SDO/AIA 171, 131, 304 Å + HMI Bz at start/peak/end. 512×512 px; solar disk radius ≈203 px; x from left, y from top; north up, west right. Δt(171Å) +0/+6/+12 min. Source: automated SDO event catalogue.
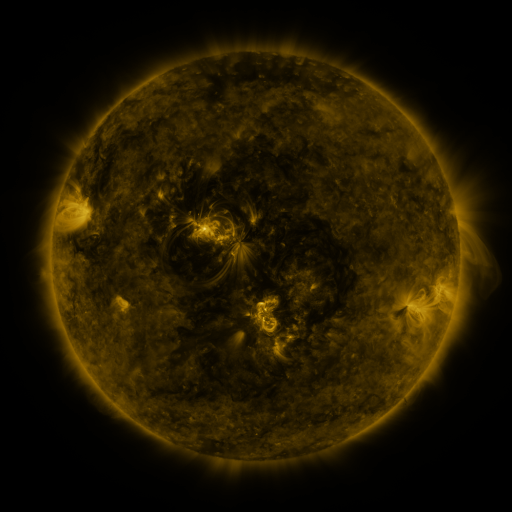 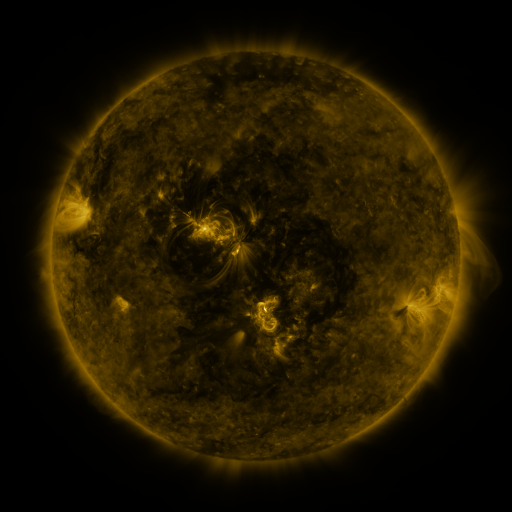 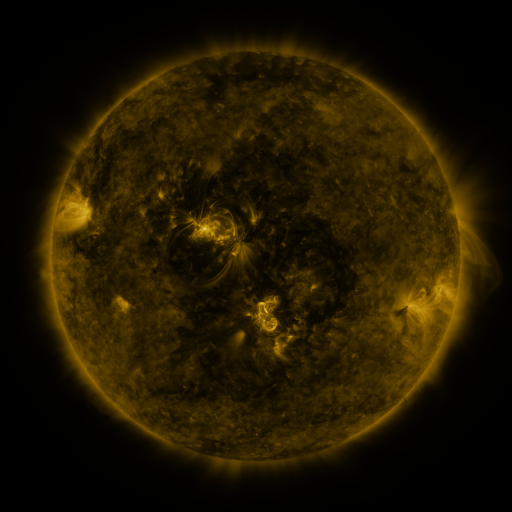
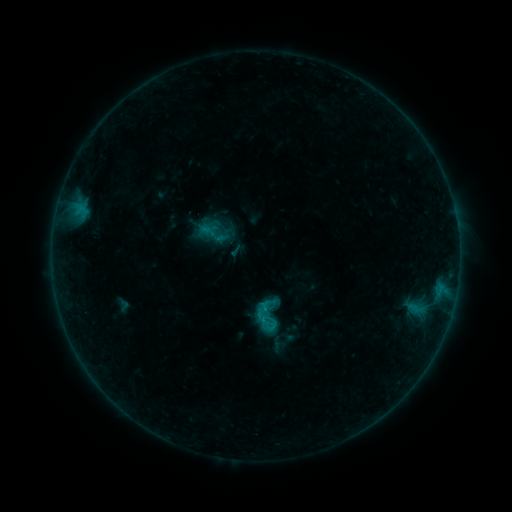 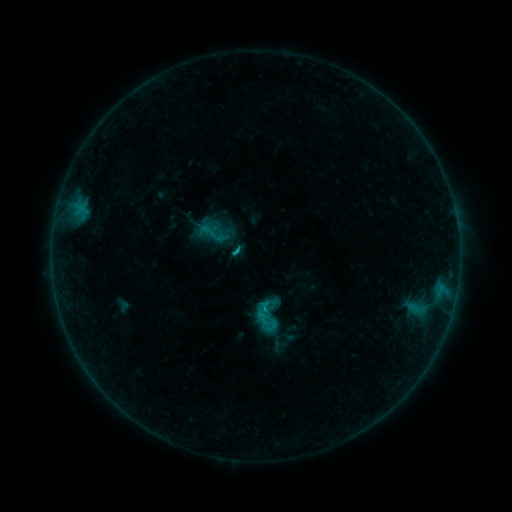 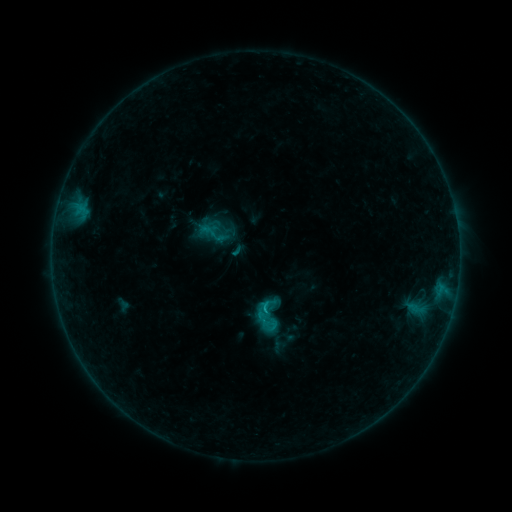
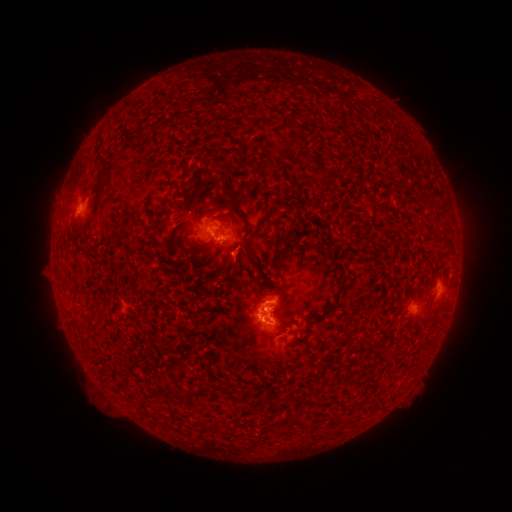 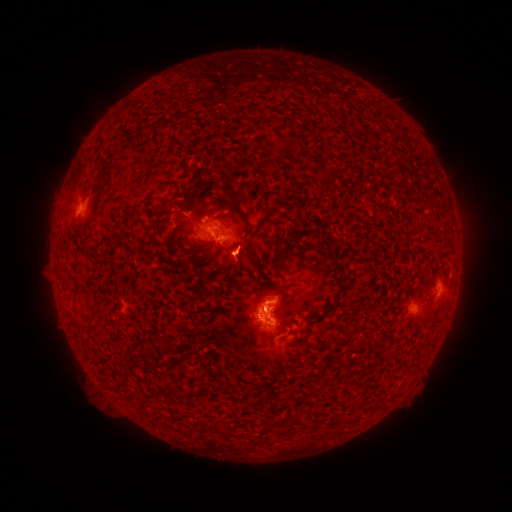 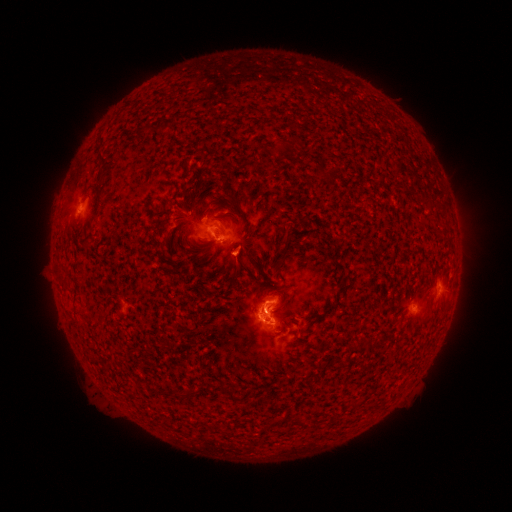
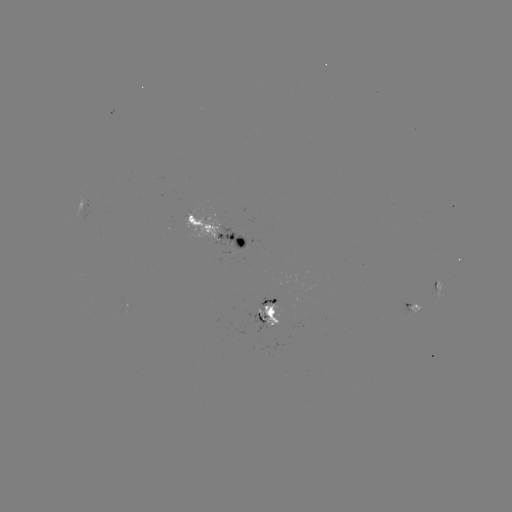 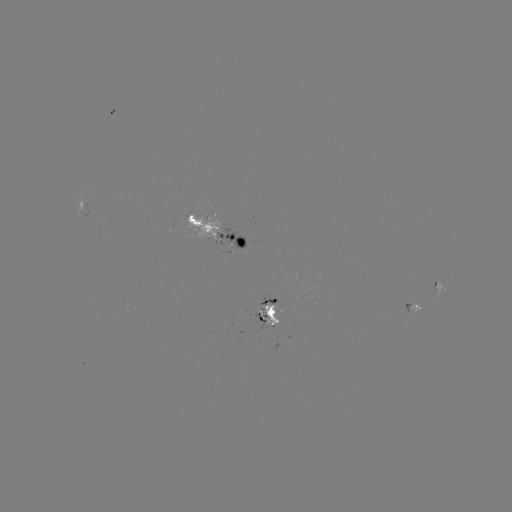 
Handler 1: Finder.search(C1.1 flare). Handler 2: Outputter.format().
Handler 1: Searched C1.1 flare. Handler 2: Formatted (238, 253).